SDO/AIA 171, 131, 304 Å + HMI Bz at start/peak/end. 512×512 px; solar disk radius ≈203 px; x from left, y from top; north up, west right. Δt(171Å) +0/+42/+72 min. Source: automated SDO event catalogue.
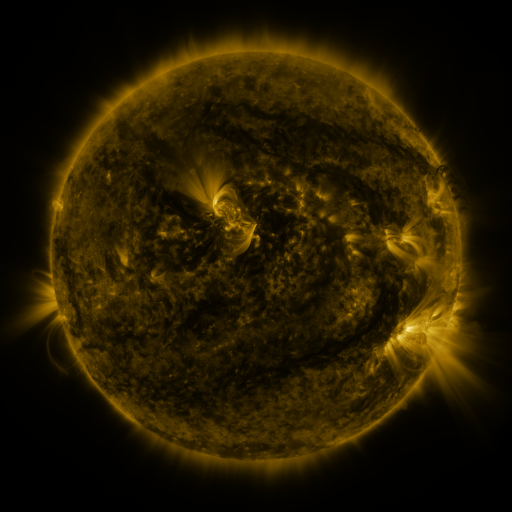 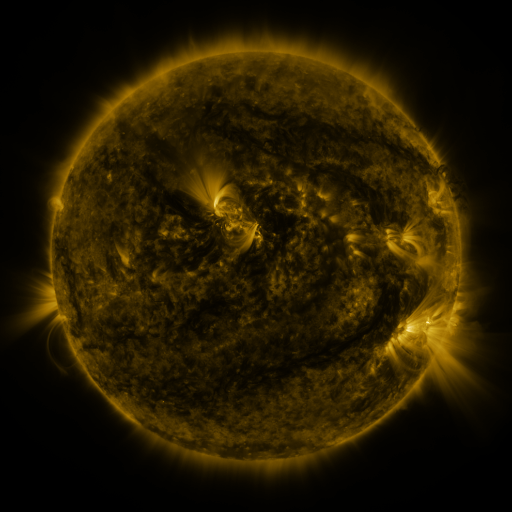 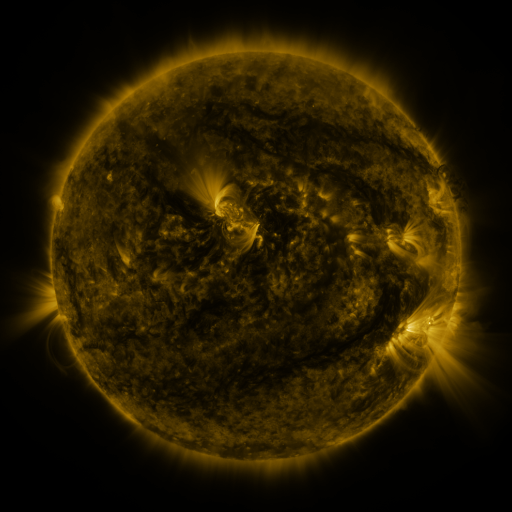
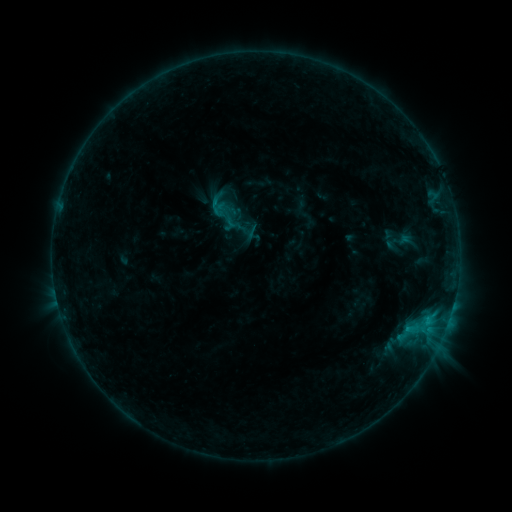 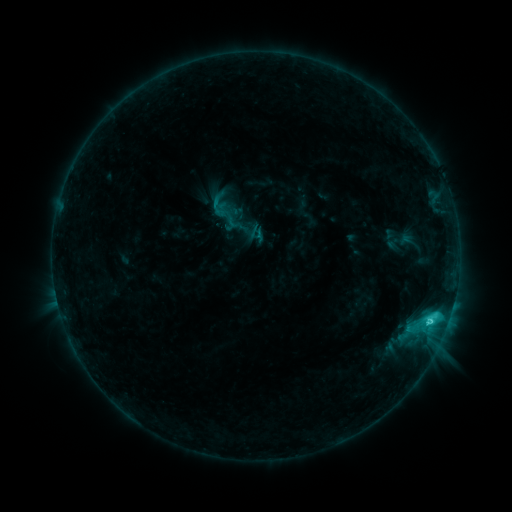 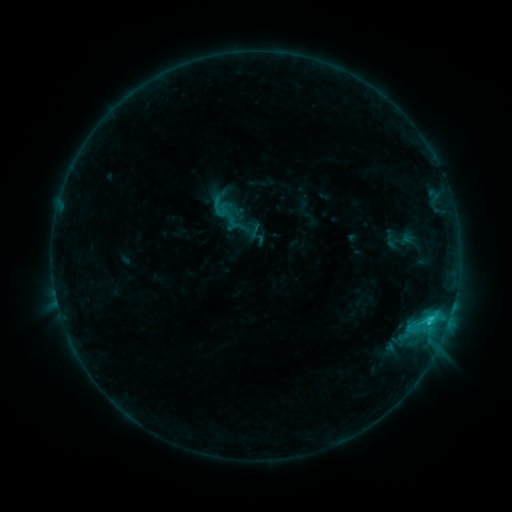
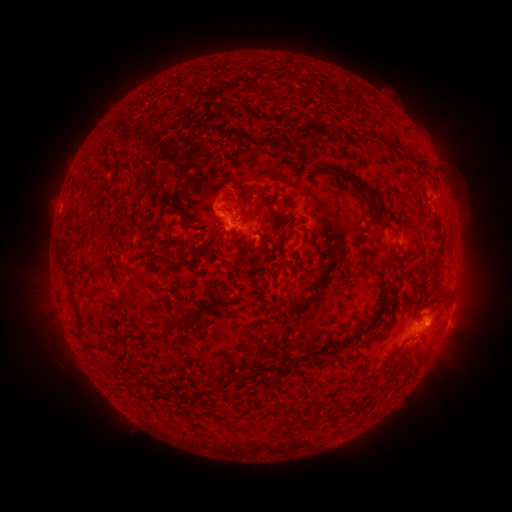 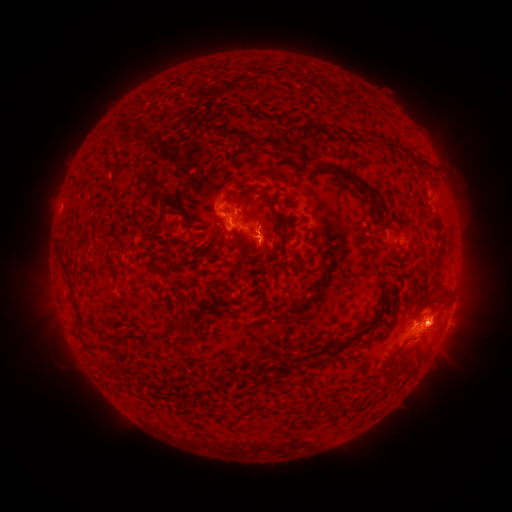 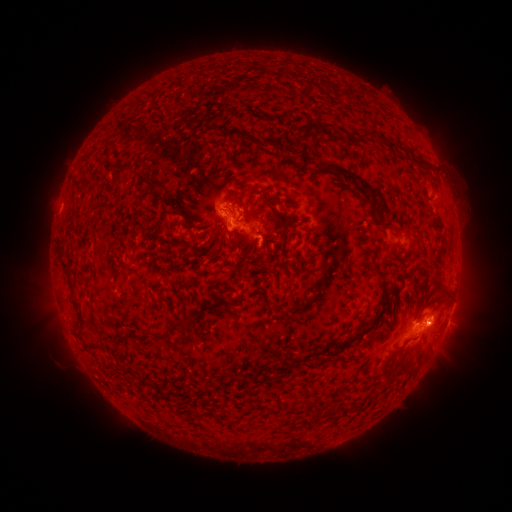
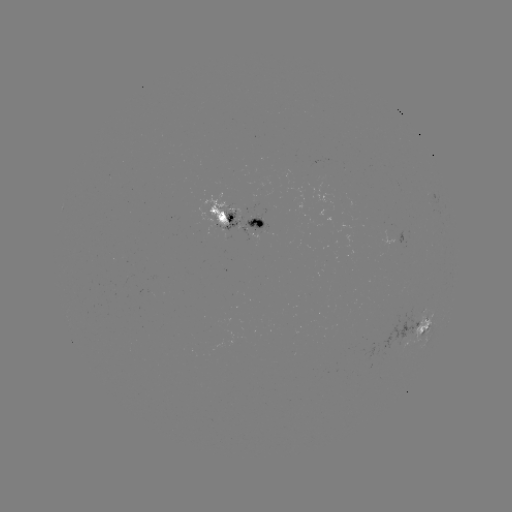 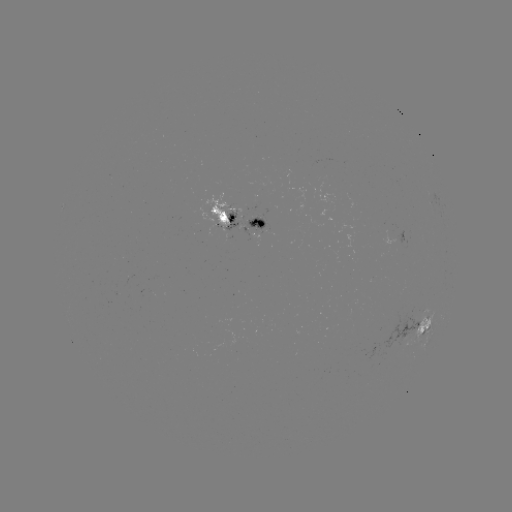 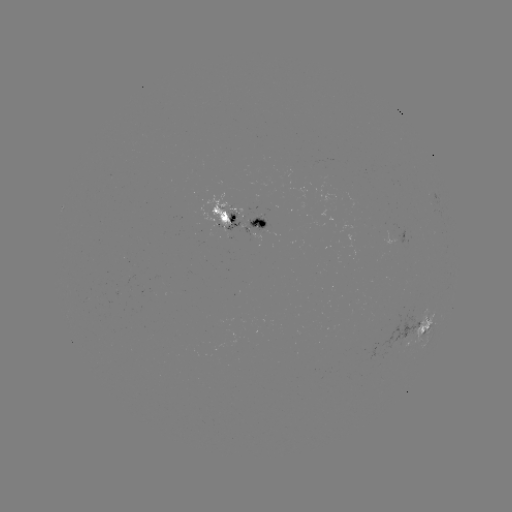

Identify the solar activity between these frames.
C2.6 flare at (430, 321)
